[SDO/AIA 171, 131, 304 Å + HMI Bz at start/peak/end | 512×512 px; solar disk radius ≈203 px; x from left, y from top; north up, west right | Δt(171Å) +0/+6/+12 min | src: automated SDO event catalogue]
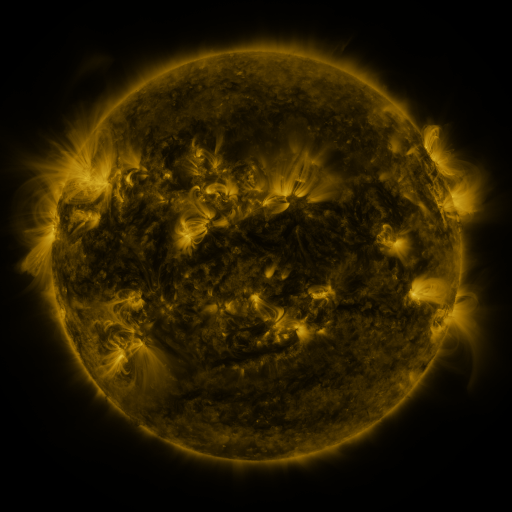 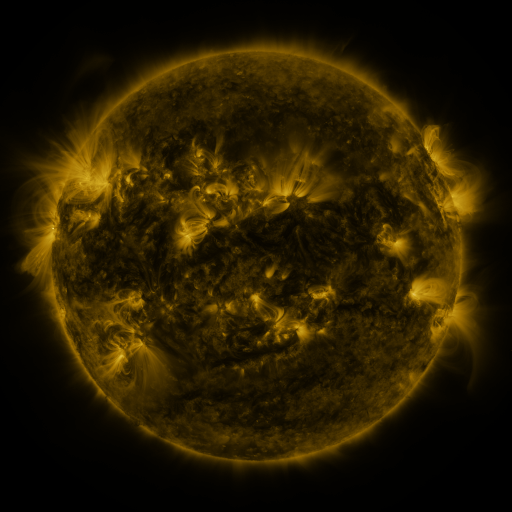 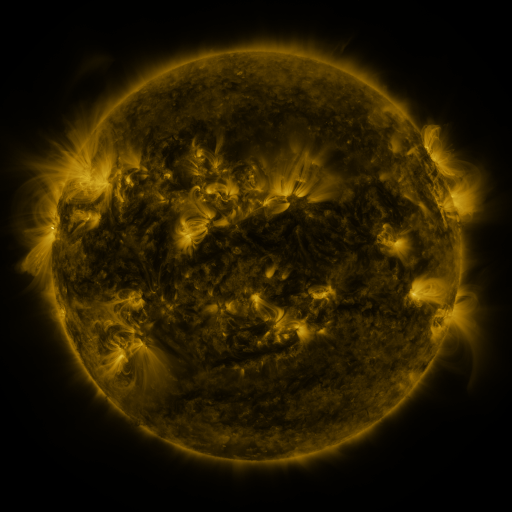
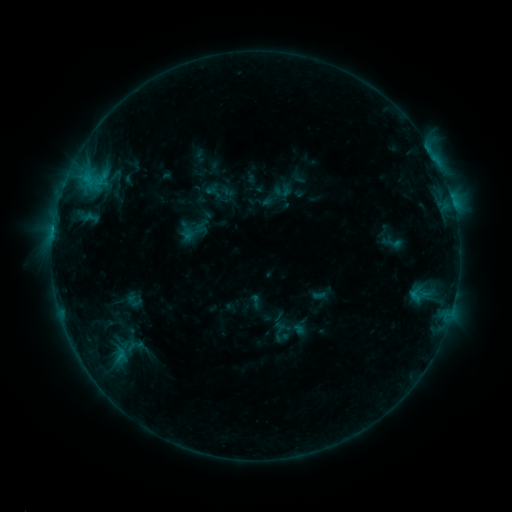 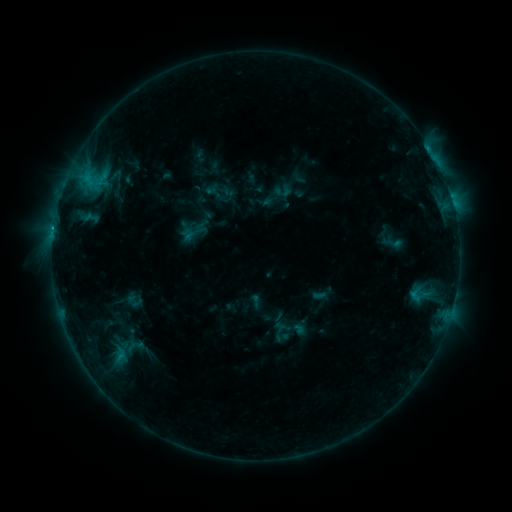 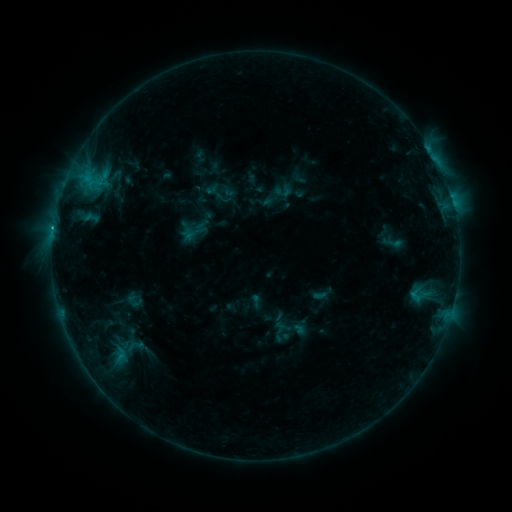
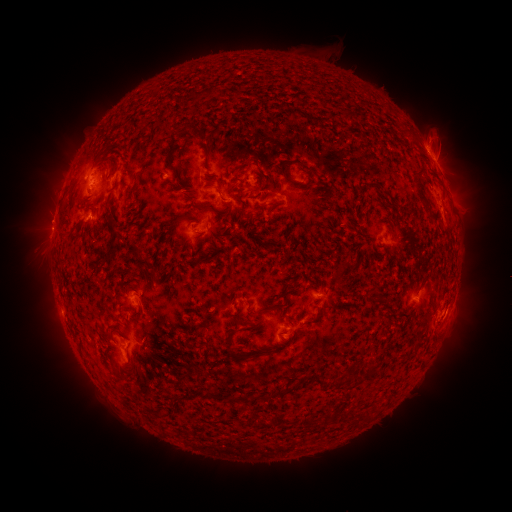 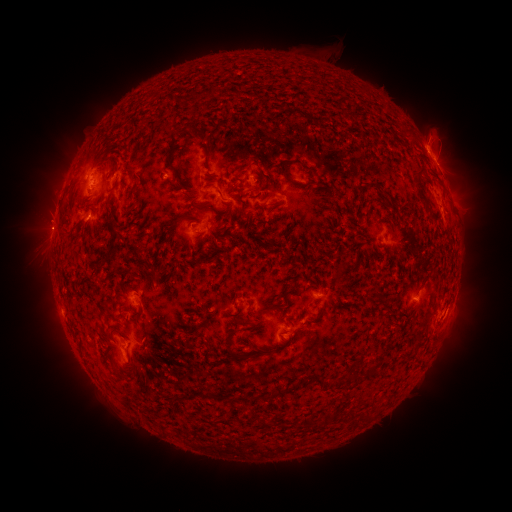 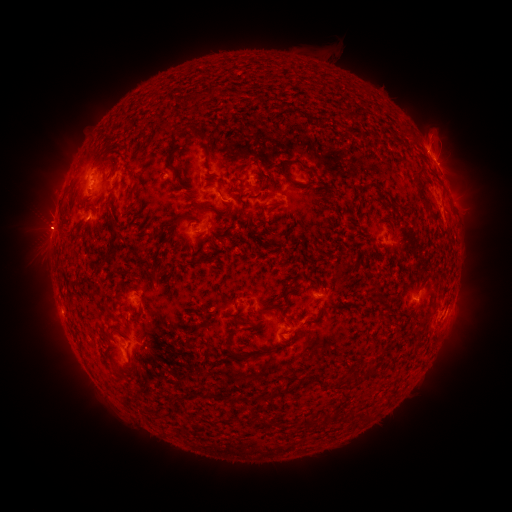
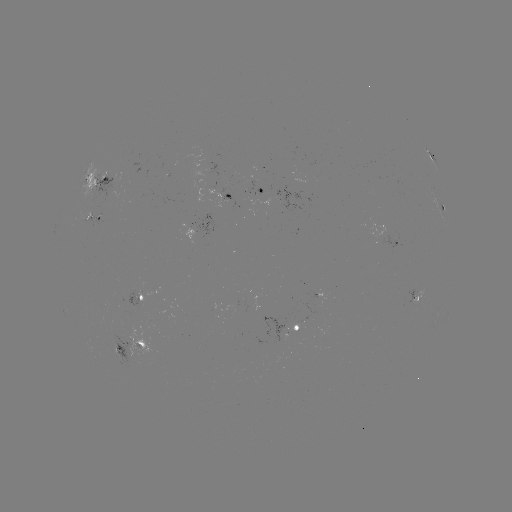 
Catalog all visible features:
C1.2 flare: (54, 231)
